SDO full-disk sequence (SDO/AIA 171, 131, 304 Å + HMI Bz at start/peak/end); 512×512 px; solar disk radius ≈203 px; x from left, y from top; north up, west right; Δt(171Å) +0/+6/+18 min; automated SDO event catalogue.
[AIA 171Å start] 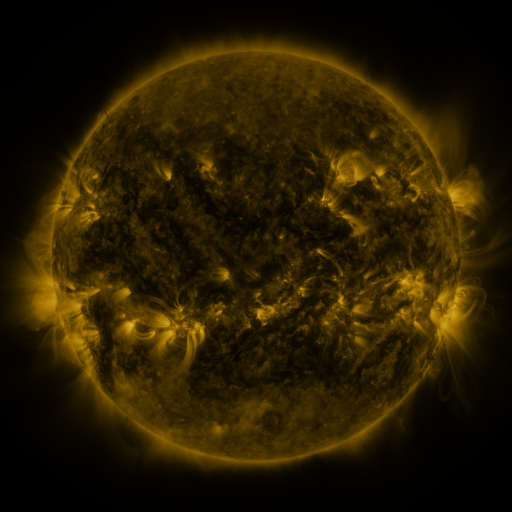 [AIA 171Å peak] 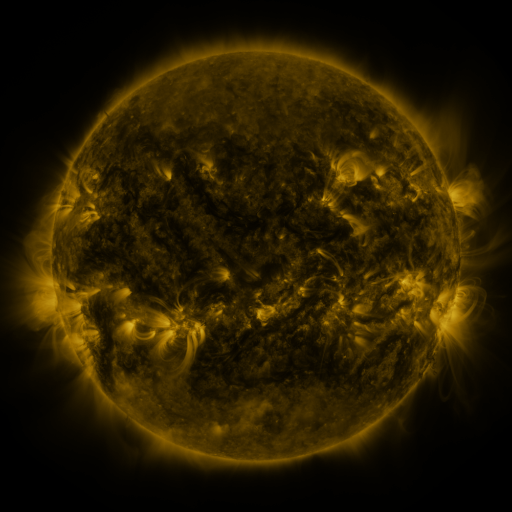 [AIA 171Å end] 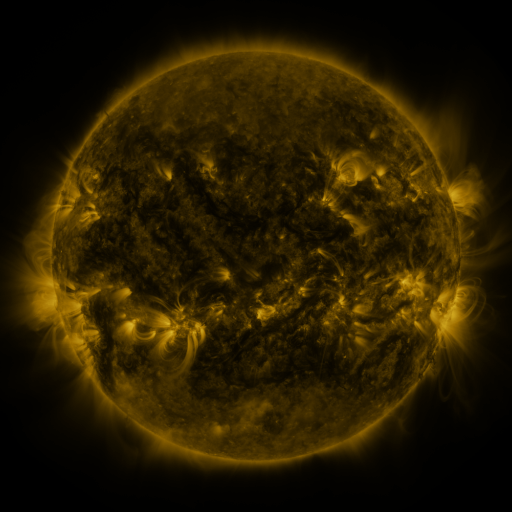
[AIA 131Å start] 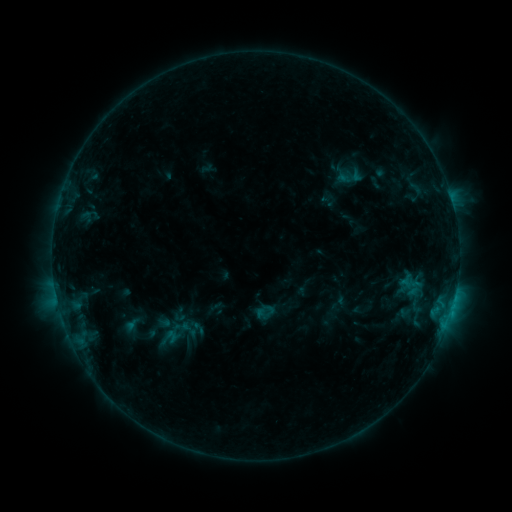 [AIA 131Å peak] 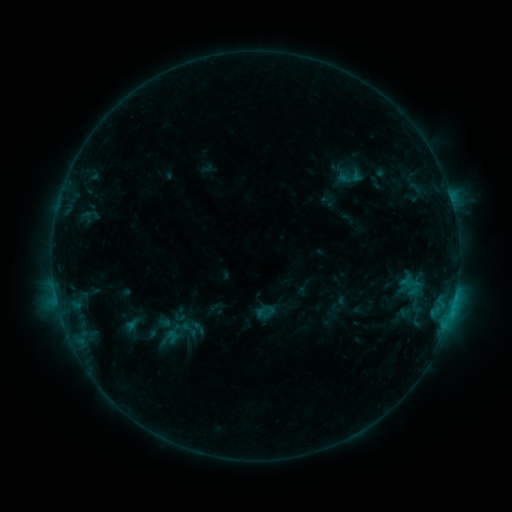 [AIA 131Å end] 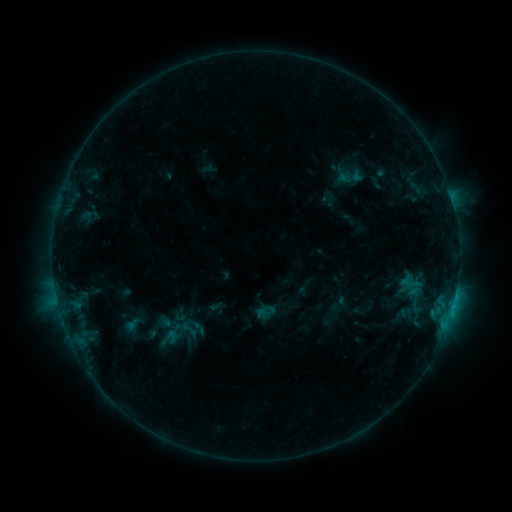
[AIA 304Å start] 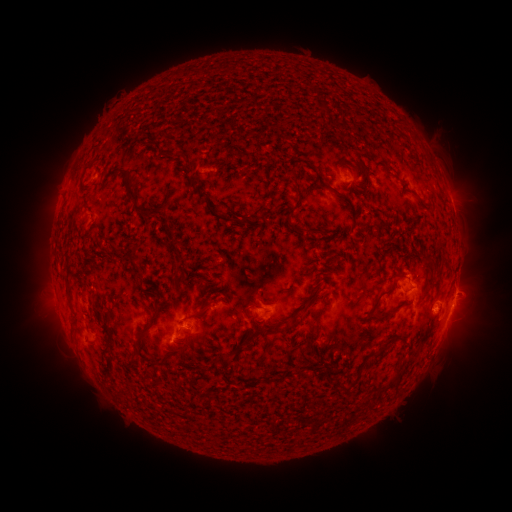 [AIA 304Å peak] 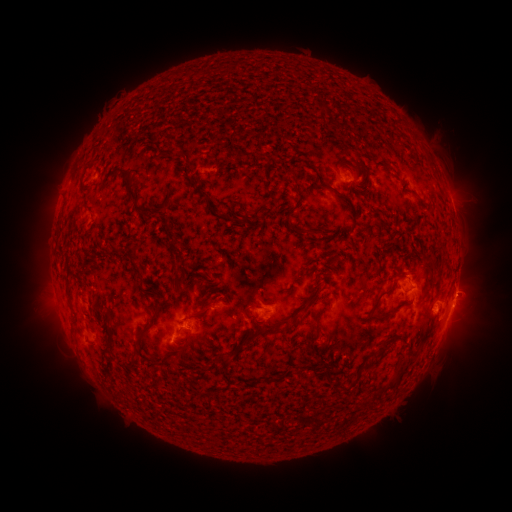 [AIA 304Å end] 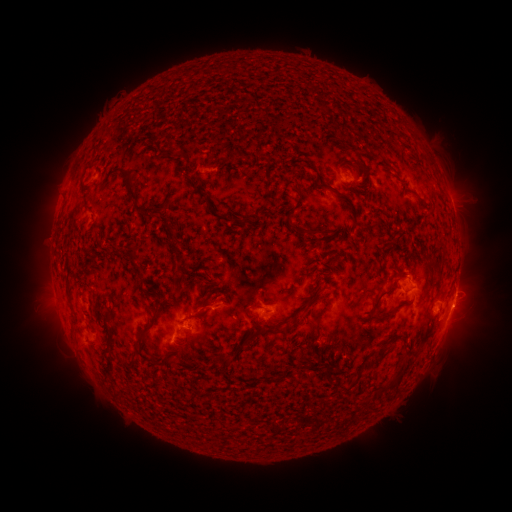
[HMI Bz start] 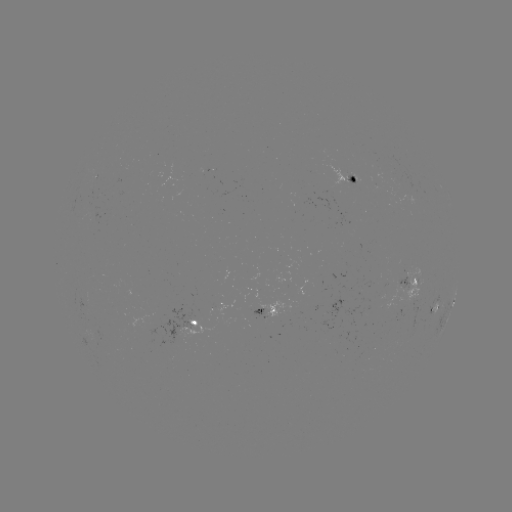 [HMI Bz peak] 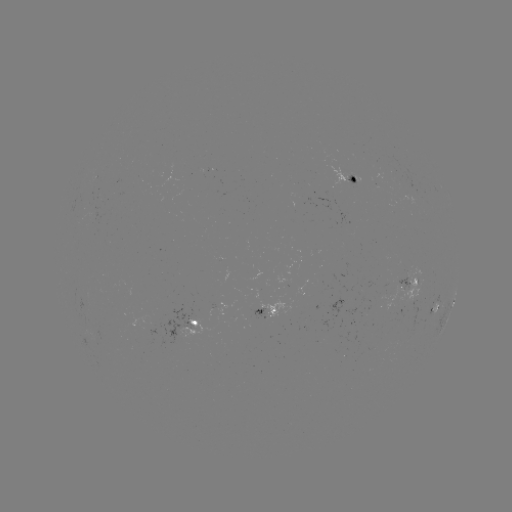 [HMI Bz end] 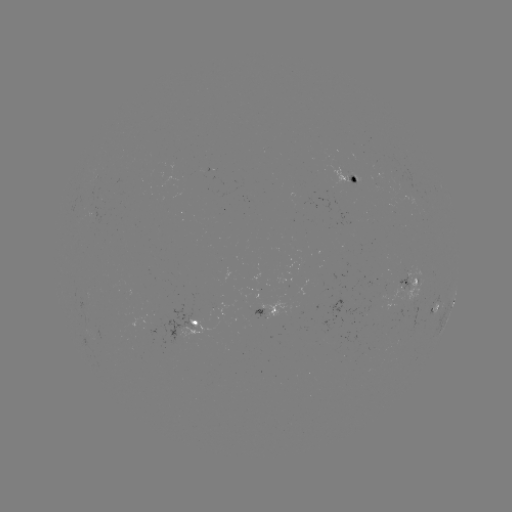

nothing was catalogued: no classed flare, no EUV trigger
